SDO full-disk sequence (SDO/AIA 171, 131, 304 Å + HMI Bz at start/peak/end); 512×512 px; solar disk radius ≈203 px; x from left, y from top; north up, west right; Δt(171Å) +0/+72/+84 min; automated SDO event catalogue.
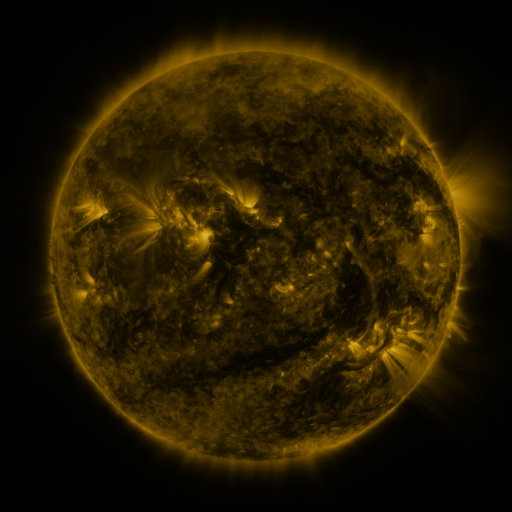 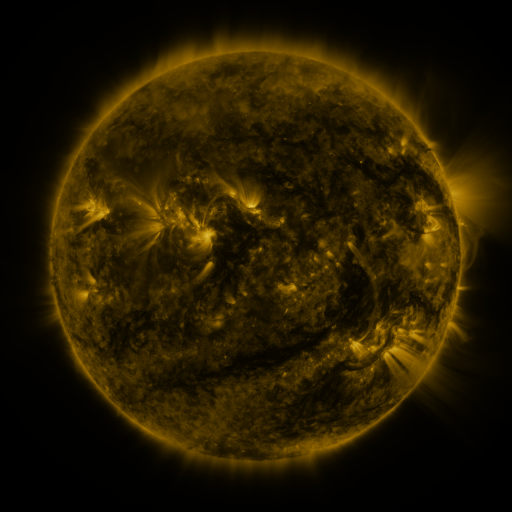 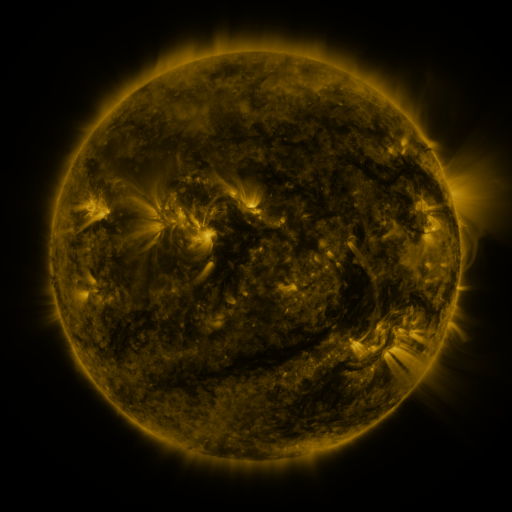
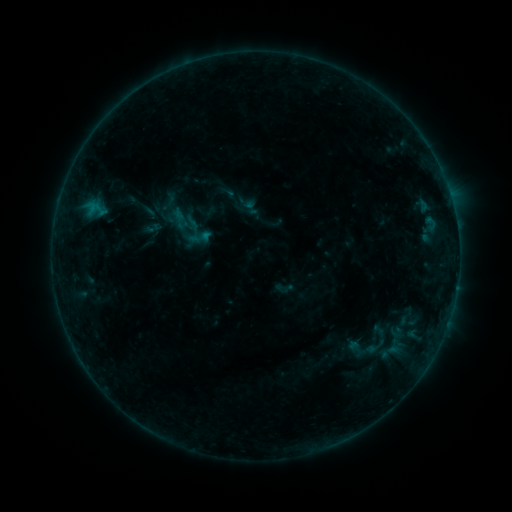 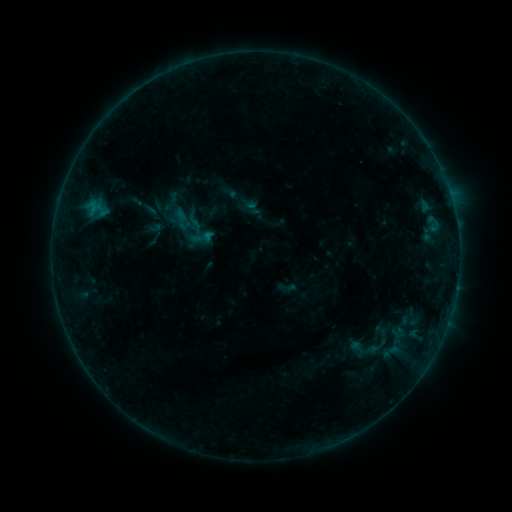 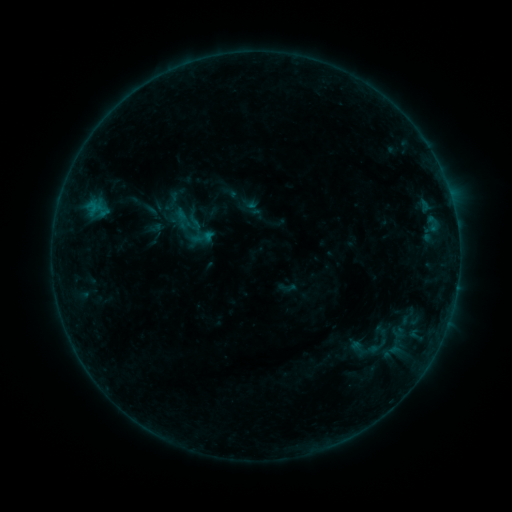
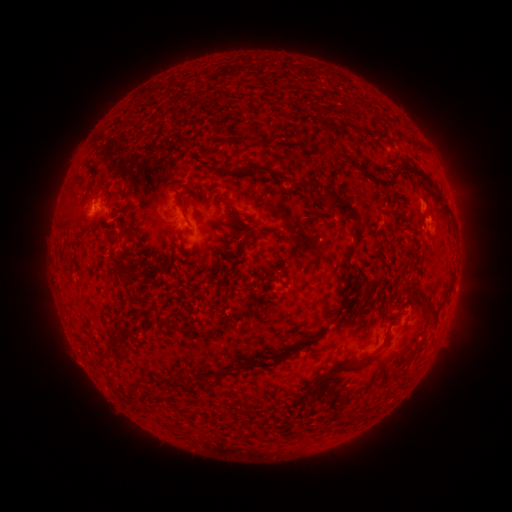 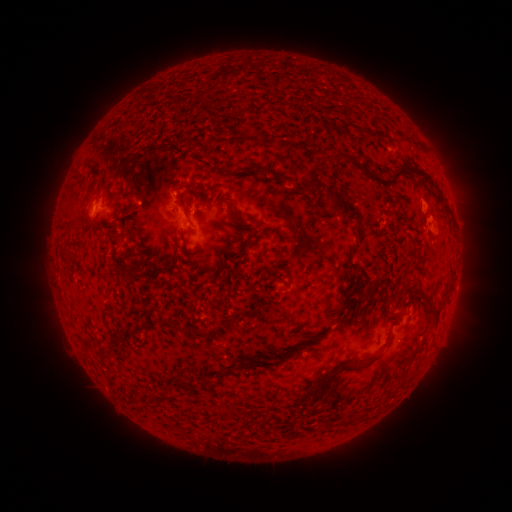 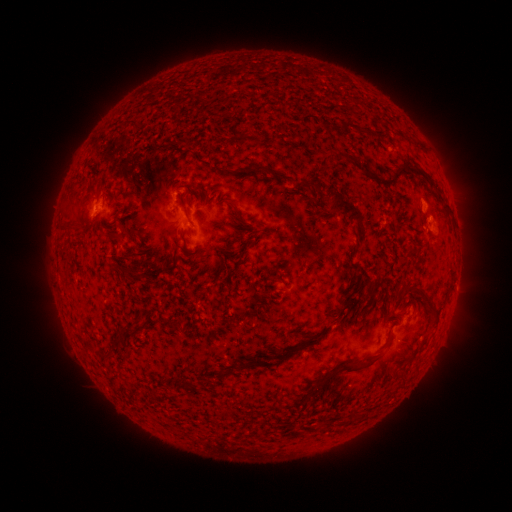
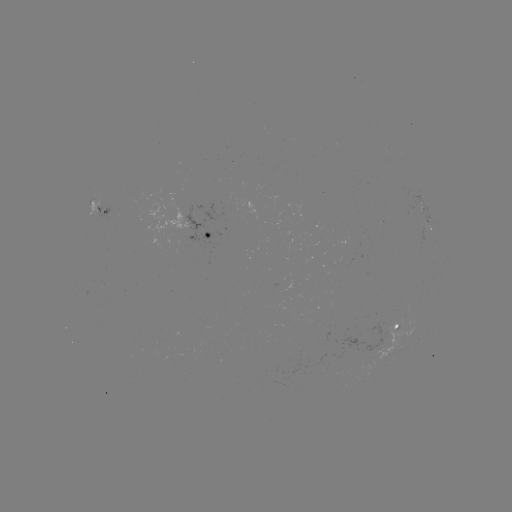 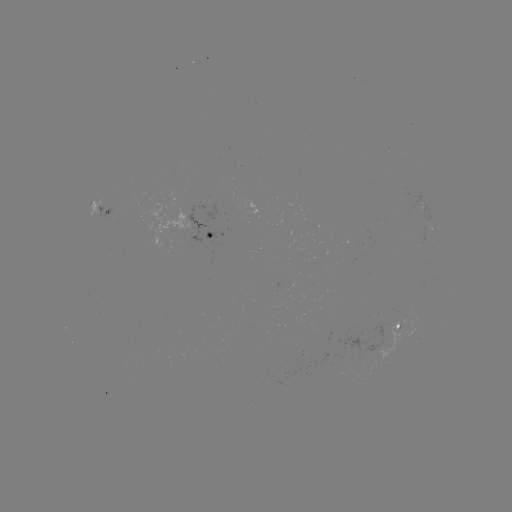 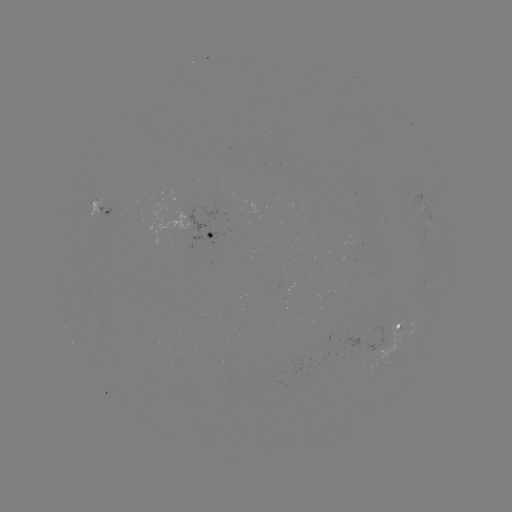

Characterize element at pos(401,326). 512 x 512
emerging-flux region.